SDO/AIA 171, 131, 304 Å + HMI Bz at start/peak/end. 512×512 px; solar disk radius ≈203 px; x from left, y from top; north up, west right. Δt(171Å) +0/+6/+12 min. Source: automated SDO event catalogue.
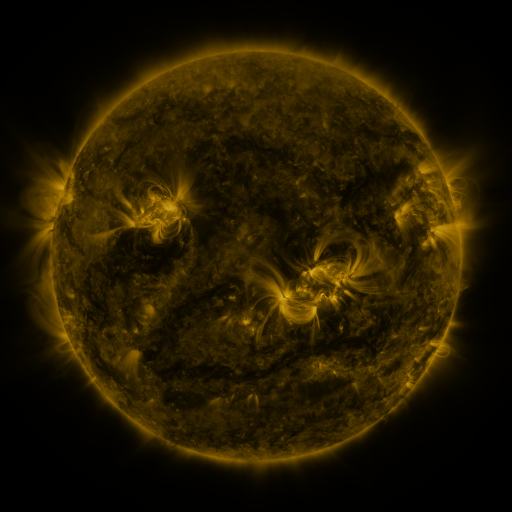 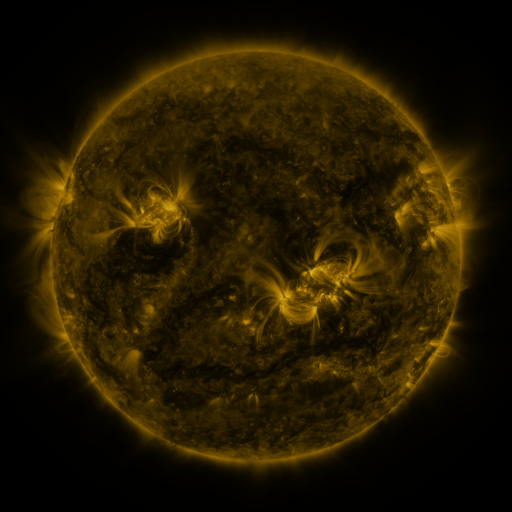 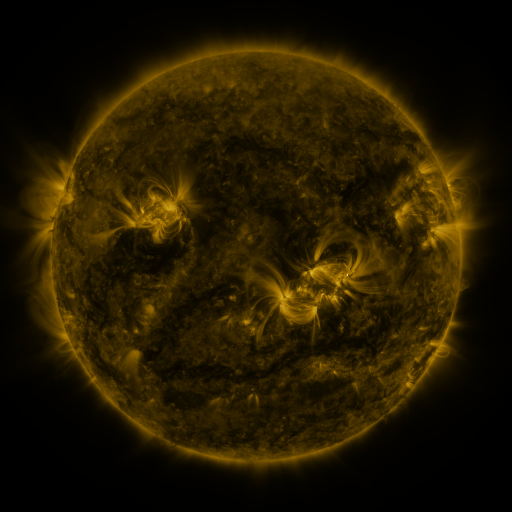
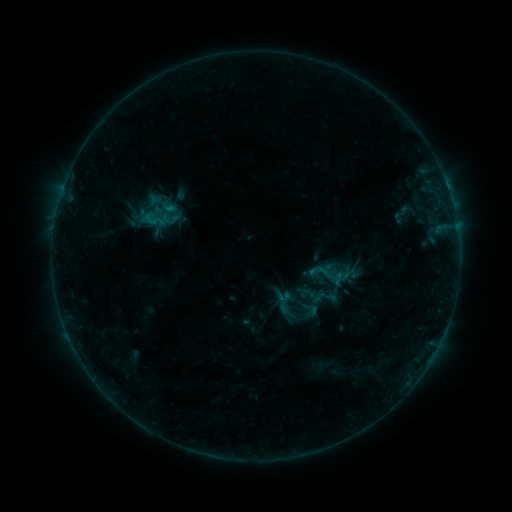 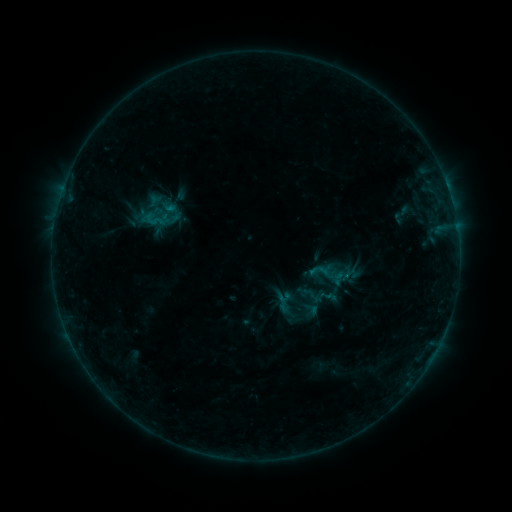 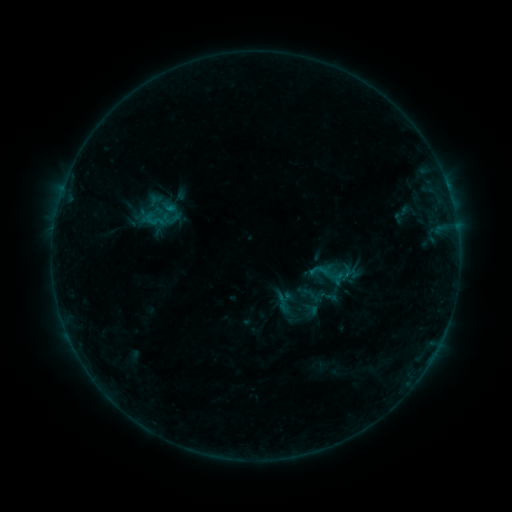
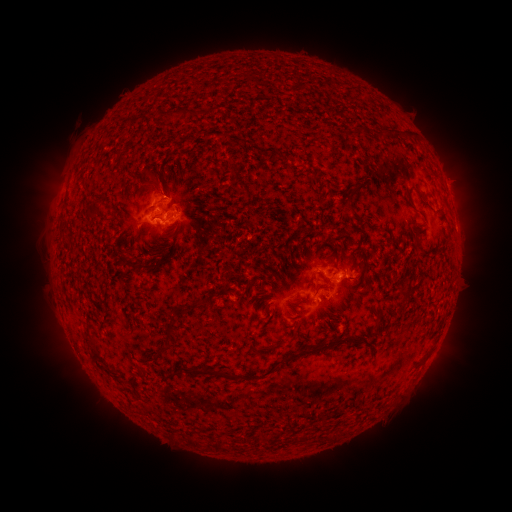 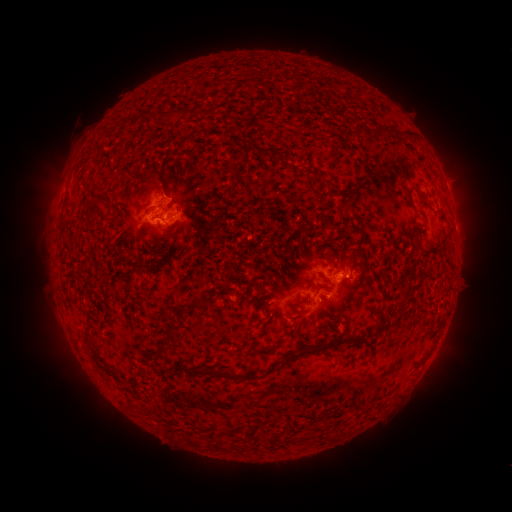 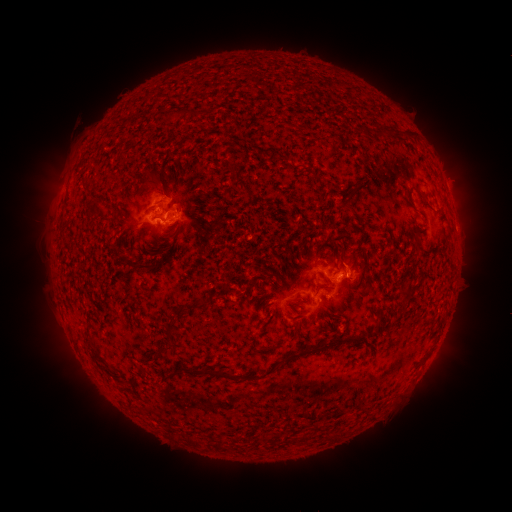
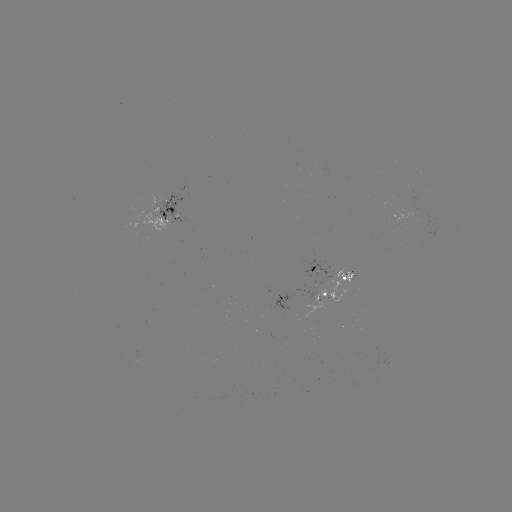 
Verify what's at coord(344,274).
B8.6 flare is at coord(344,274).